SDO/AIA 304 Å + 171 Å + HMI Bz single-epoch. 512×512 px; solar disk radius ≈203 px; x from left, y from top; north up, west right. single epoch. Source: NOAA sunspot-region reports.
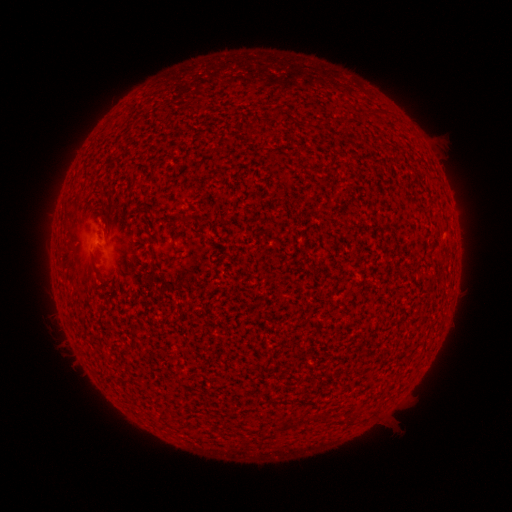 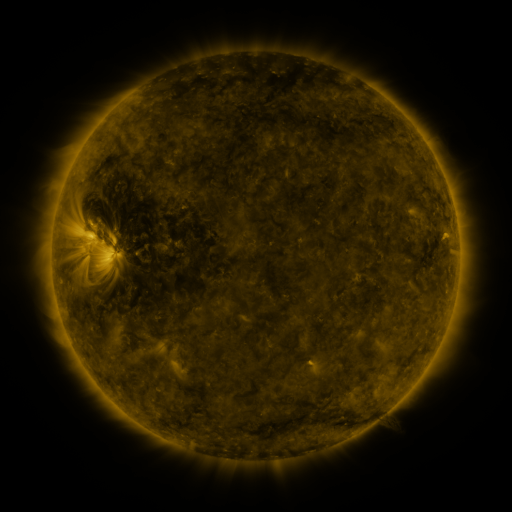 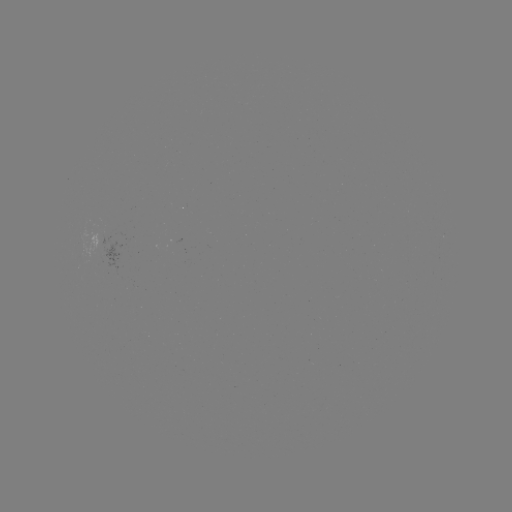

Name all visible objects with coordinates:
(none)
